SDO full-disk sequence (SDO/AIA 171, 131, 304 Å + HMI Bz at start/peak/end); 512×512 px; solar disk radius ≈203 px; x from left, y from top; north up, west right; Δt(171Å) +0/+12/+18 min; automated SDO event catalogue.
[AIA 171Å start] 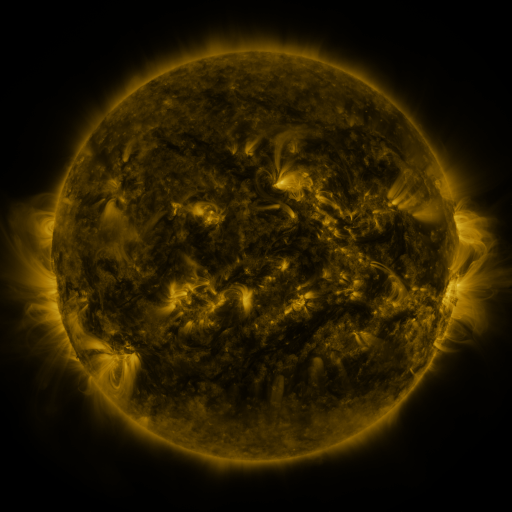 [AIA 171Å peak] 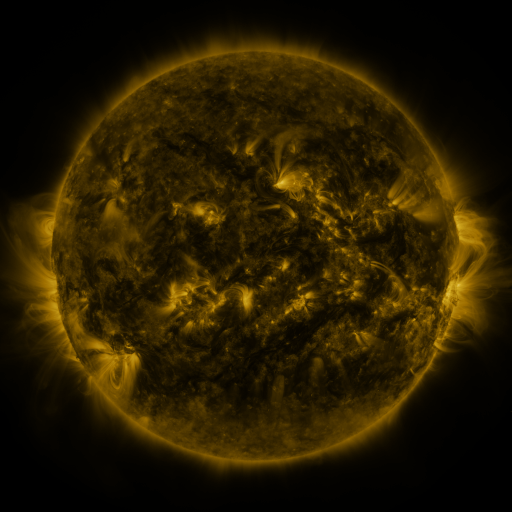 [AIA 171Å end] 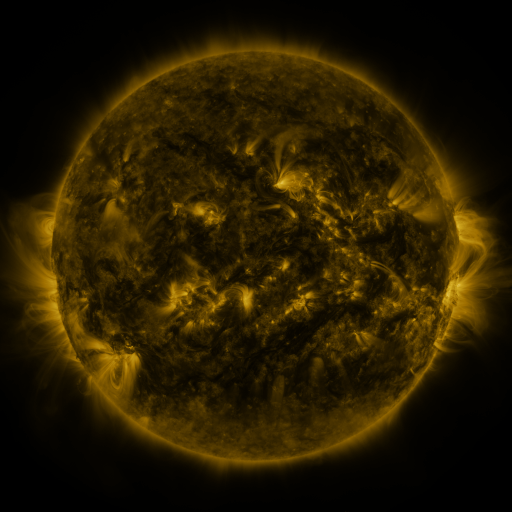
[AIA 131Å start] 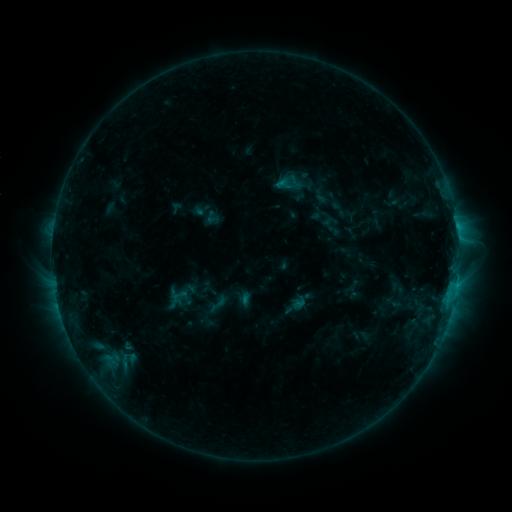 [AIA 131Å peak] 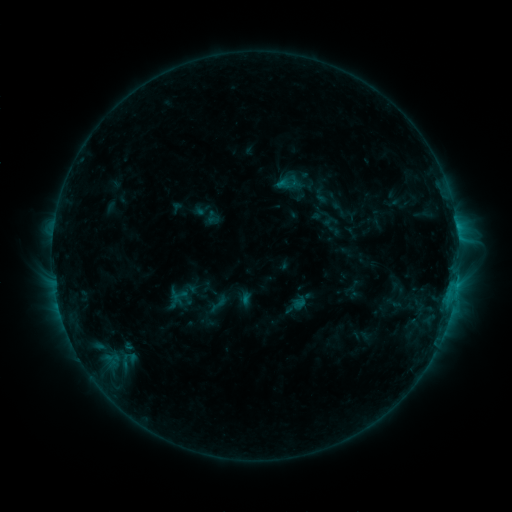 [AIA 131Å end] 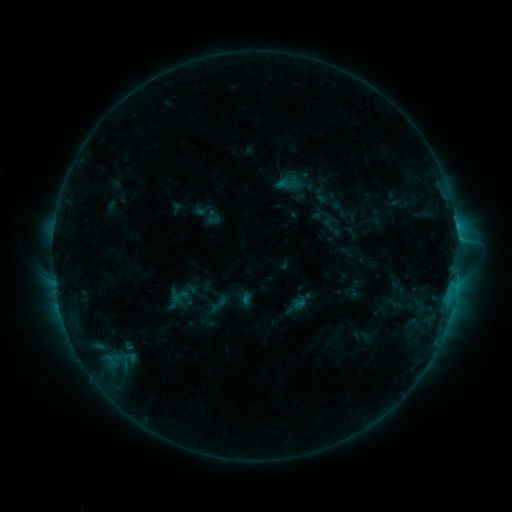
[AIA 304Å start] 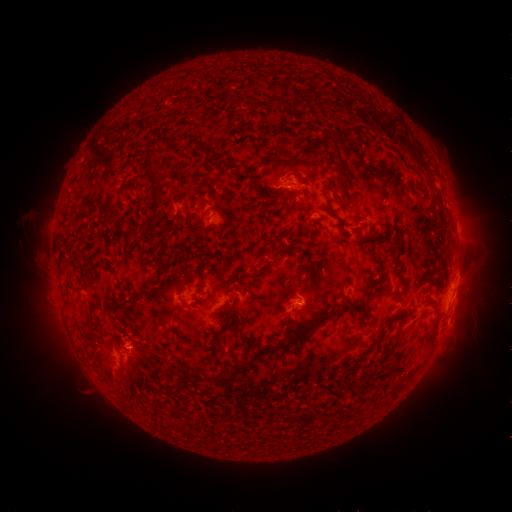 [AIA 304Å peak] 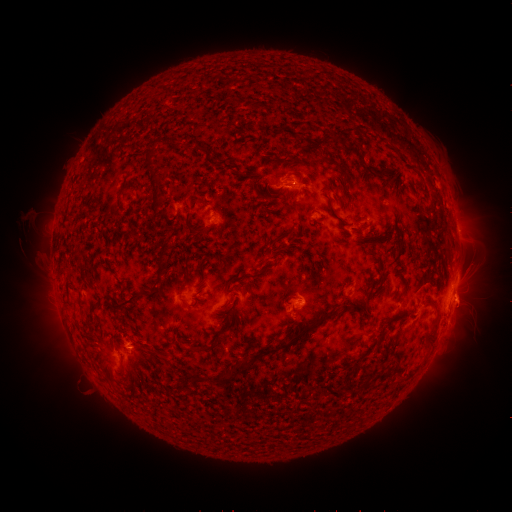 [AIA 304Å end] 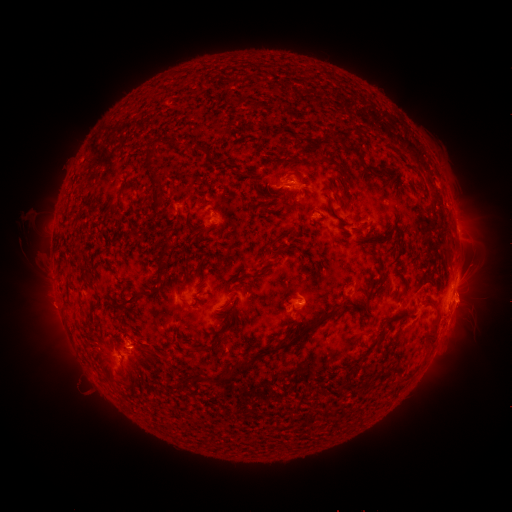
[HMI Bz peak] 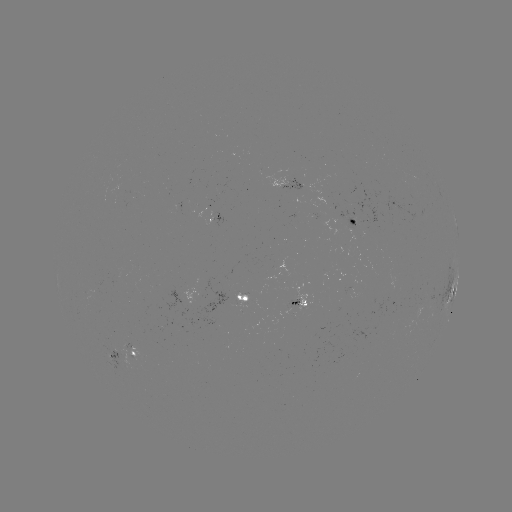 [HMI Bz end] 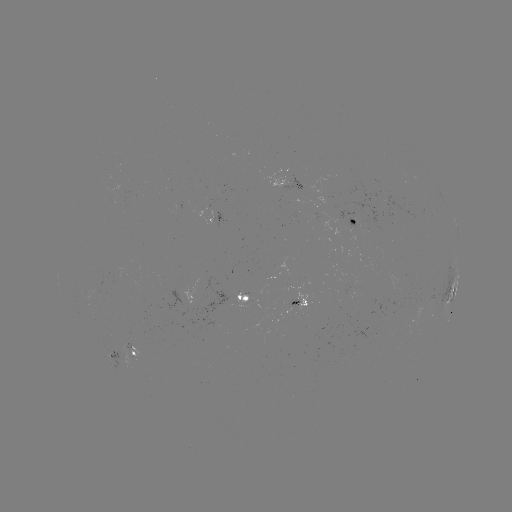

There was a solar eruption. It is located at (469, 303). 